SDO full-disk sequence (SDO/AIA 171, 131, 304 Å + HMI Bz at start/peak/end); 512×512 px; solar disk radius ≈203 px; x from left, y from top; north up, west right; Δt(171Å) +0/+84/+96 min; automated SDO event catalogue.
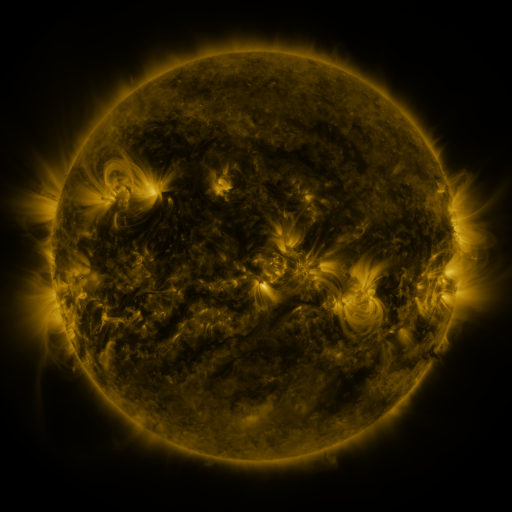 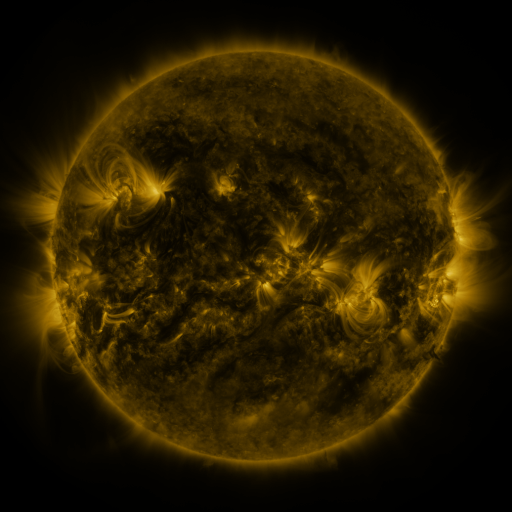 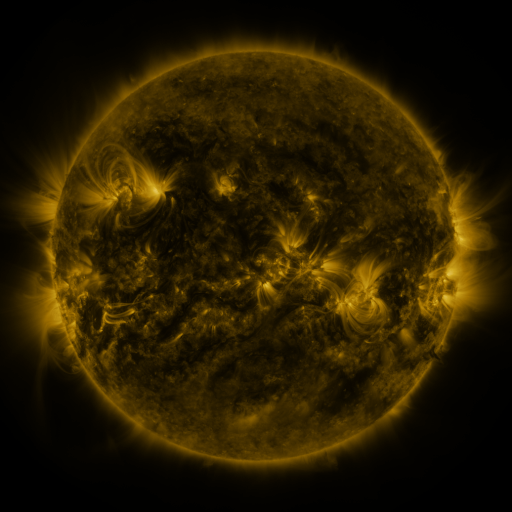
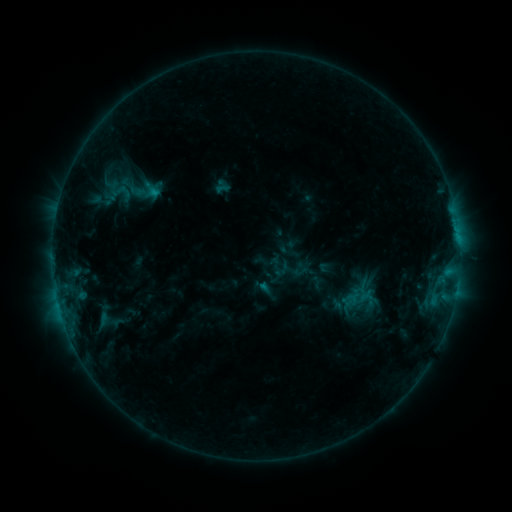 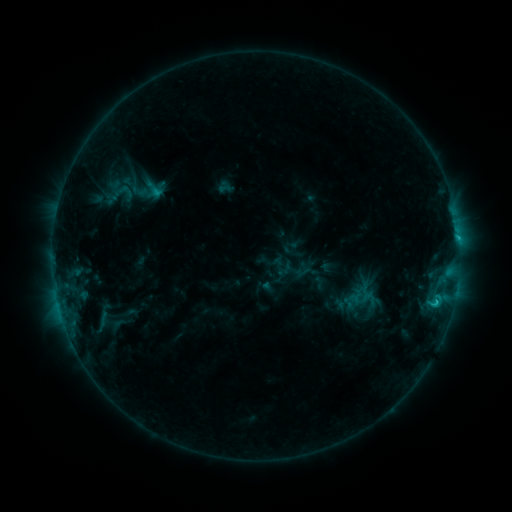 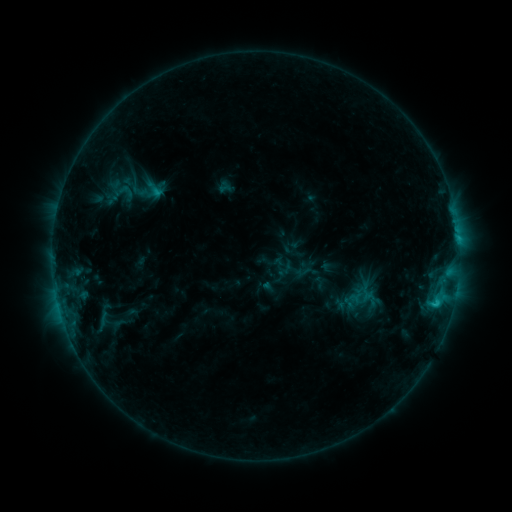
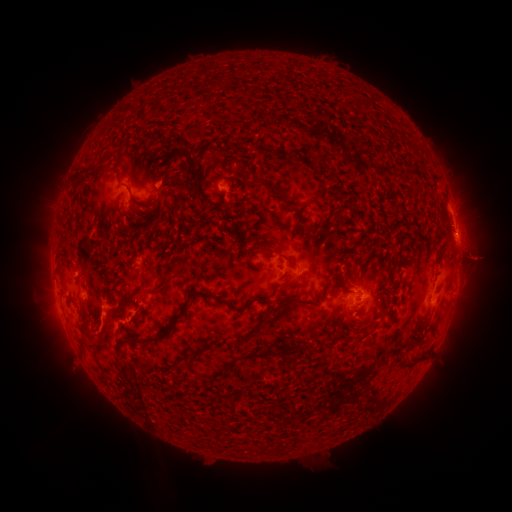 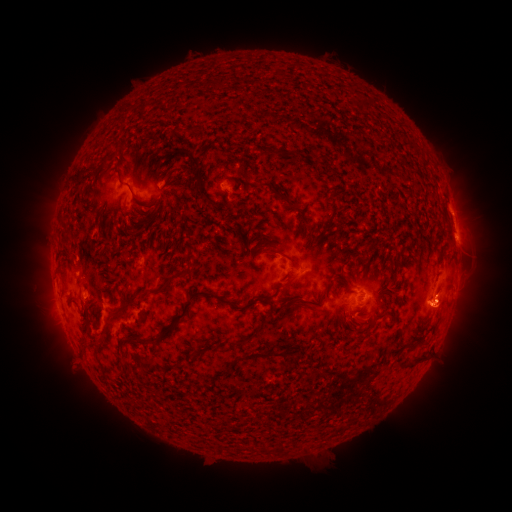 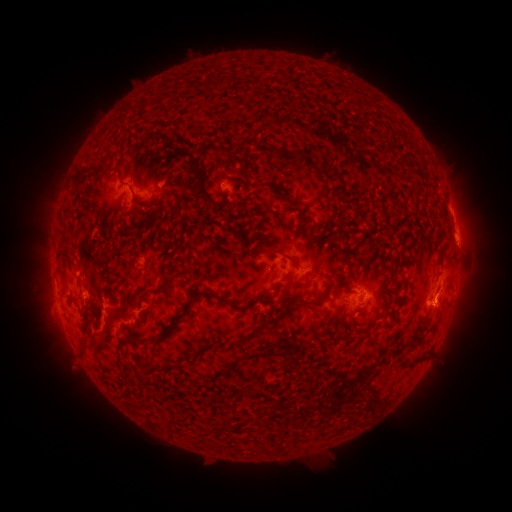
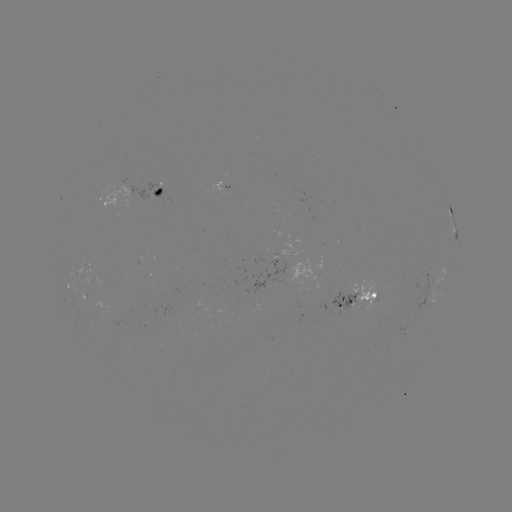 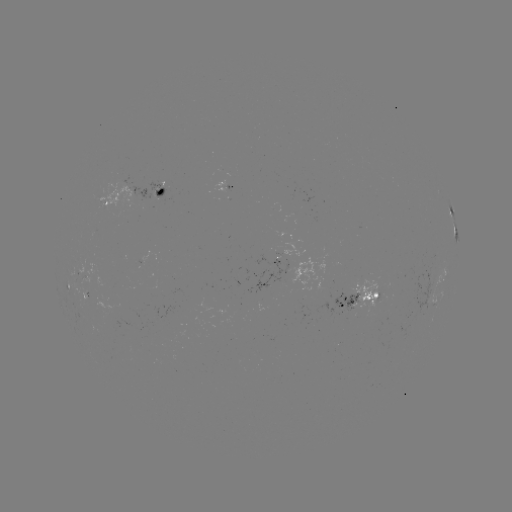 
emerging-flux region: (147, 181, 170, 202)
